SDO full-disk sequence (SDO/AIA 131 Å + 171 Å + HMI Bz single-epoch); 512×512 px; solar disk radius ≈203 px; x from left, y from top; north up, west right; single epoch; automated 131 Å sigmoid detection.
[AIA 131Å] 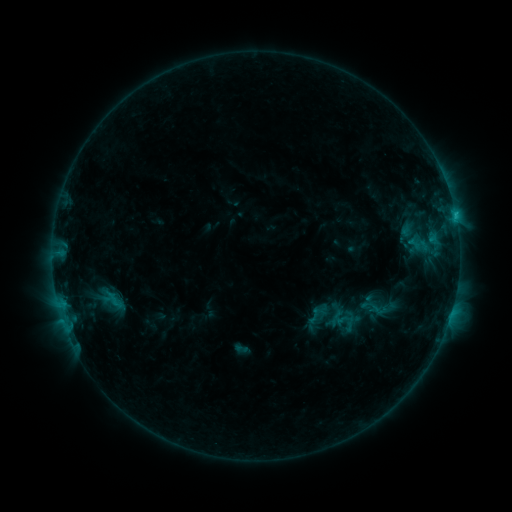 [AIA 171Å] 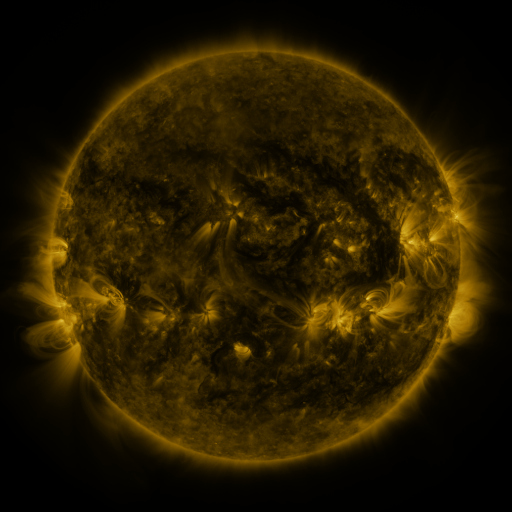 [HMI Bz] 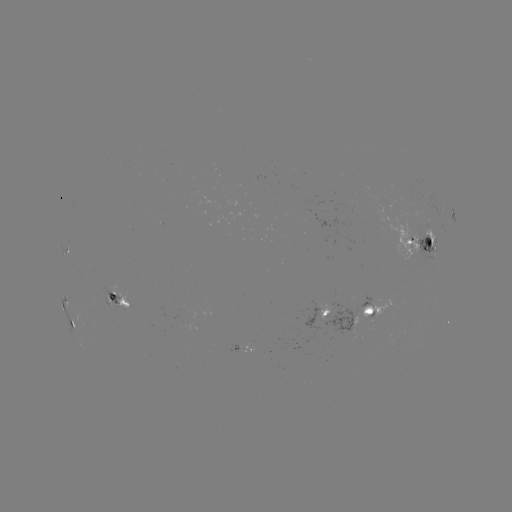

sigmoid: (361, 295, 382, 317)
